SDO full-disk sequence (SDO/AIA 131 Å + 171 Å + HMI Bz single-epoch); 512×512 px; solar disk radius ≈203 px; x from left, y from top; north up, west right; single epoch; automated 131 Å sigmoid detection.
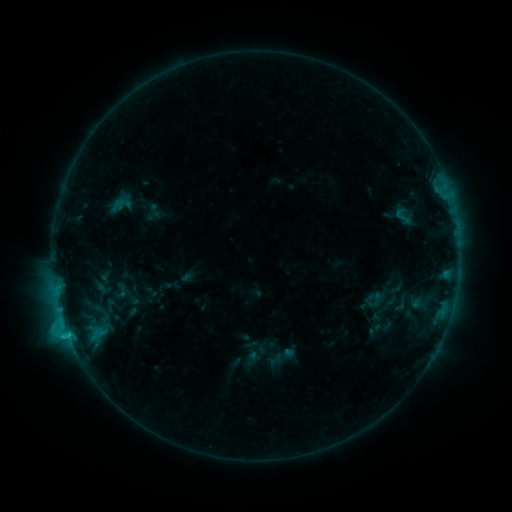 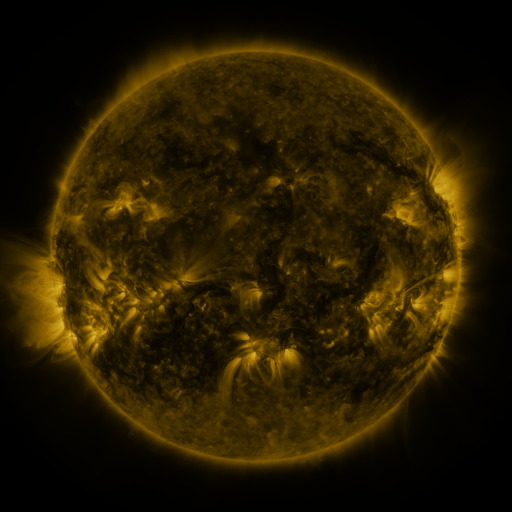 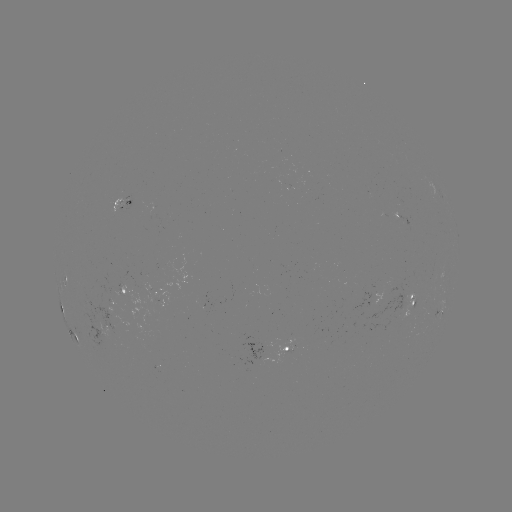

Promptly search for sigmoid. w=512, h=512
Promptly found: (404, 217).